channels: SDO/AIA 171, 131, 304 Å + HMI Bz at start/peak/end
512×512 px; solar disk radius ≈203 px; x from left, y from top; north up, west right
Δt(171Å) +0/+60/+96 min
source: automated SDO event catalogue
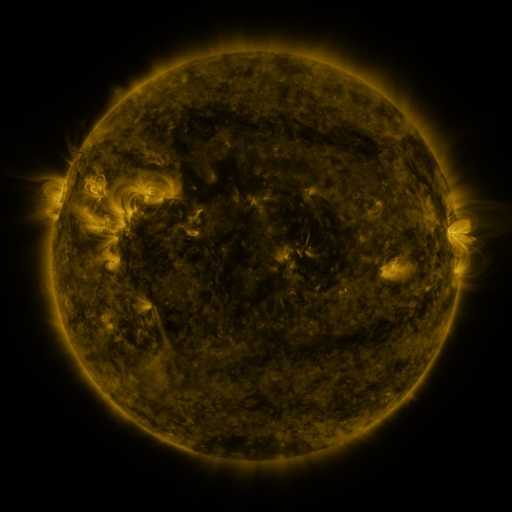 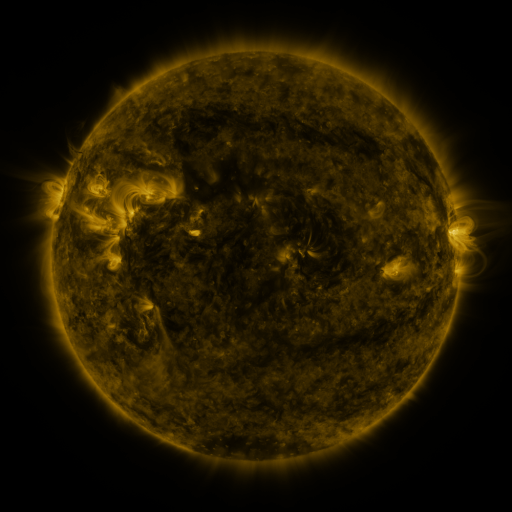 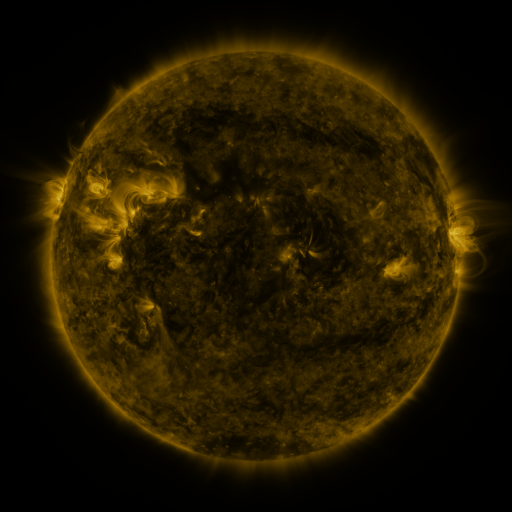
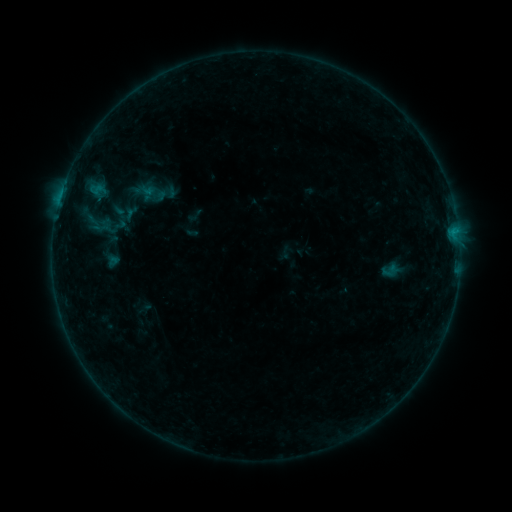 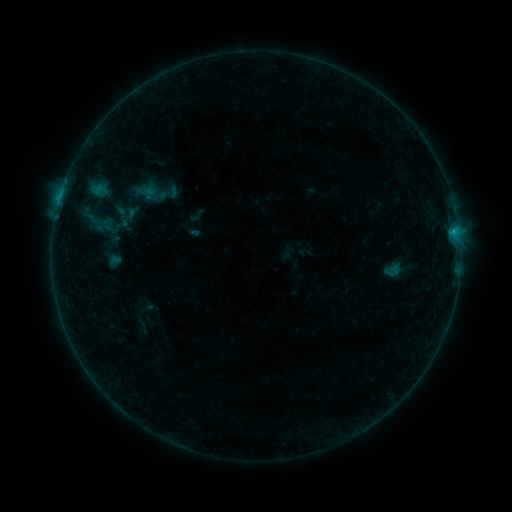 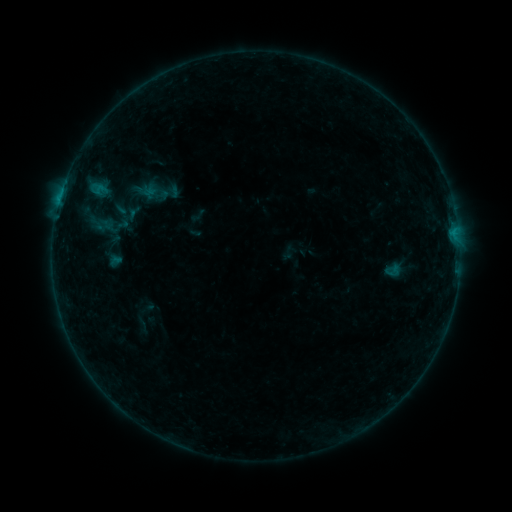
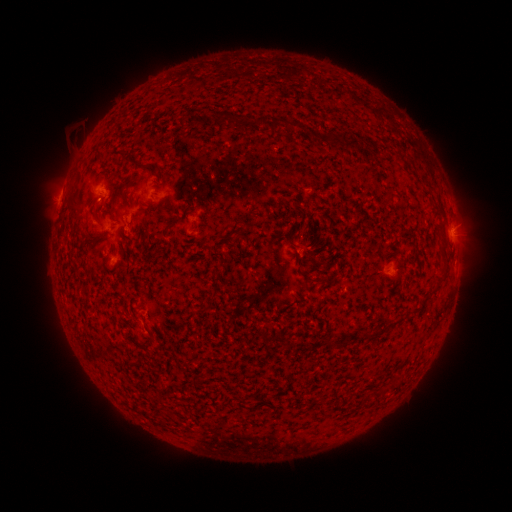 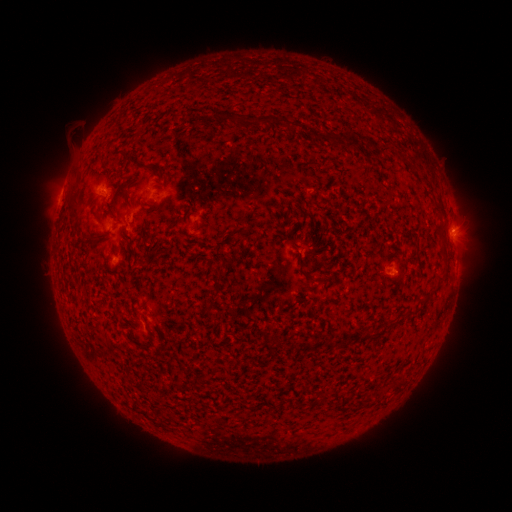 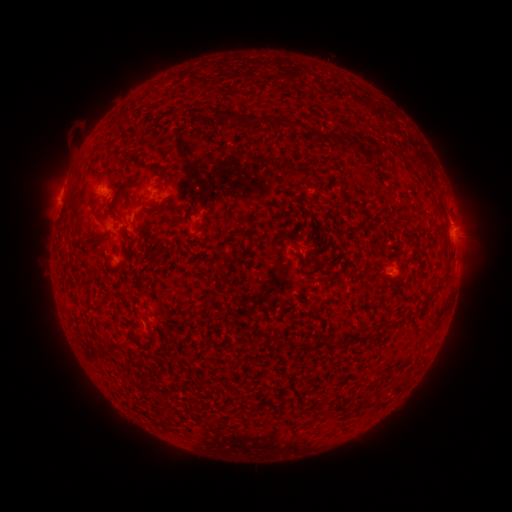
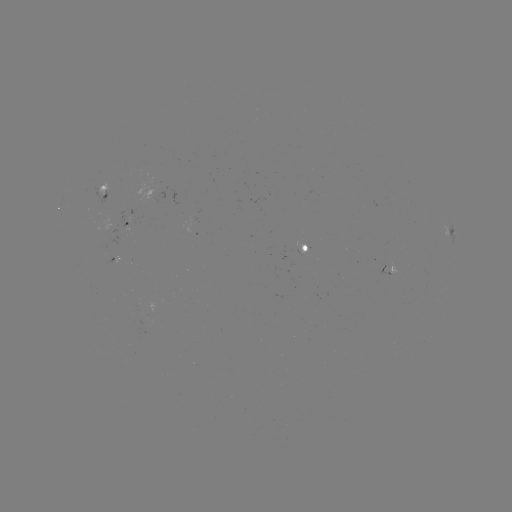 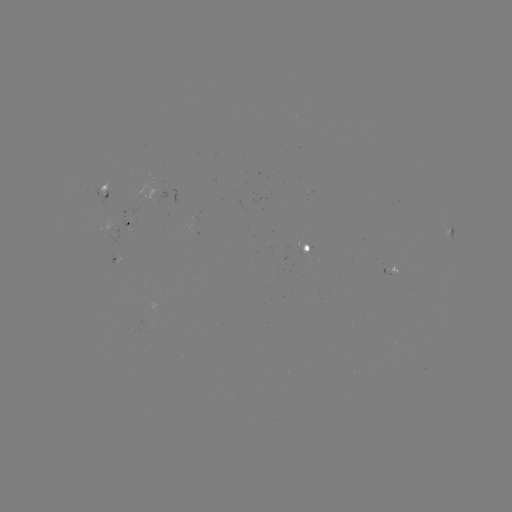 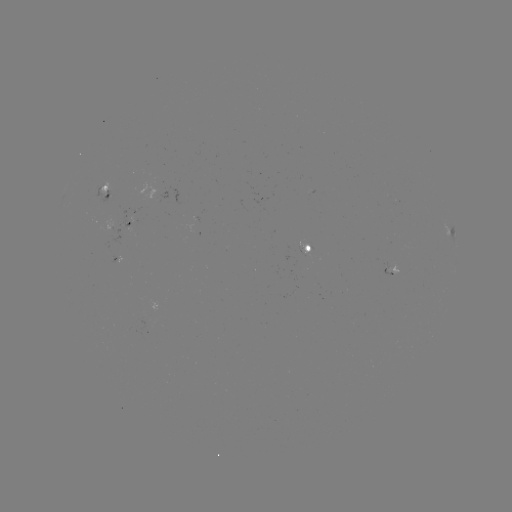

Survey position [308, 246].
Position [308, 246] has emerging-flux region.